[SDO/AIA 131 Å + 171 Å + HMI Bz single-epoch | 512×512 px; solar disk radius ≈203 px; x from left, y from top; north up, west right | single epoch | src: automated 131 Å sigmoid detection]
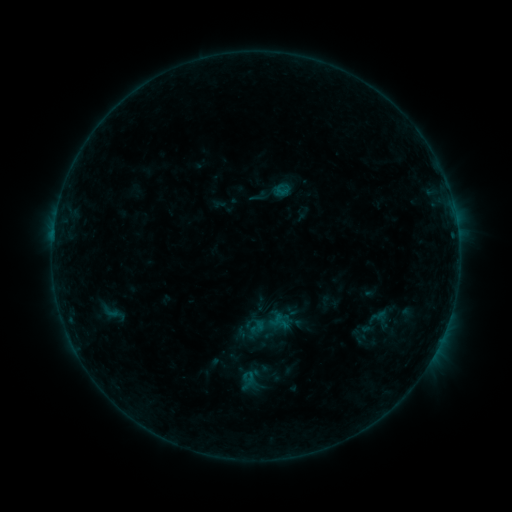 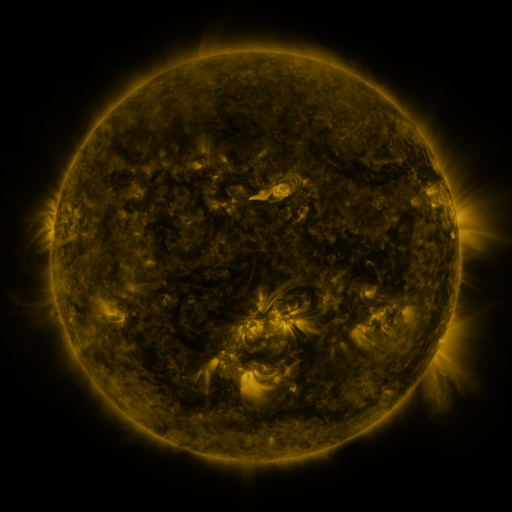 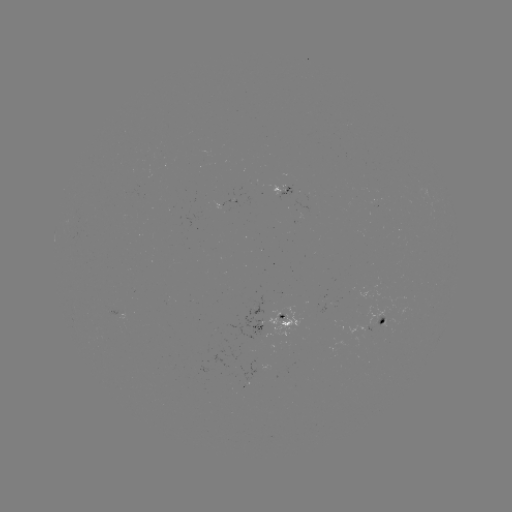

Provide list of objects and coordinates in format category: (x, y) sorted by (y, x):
sigmoid: (267, 325)
